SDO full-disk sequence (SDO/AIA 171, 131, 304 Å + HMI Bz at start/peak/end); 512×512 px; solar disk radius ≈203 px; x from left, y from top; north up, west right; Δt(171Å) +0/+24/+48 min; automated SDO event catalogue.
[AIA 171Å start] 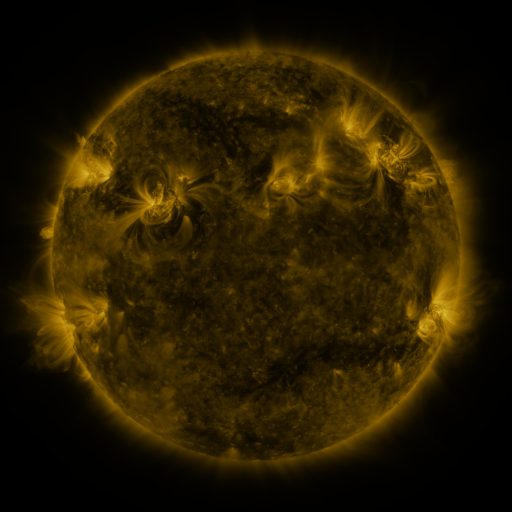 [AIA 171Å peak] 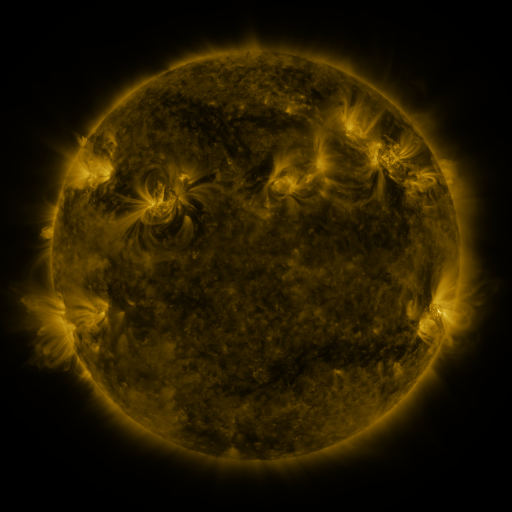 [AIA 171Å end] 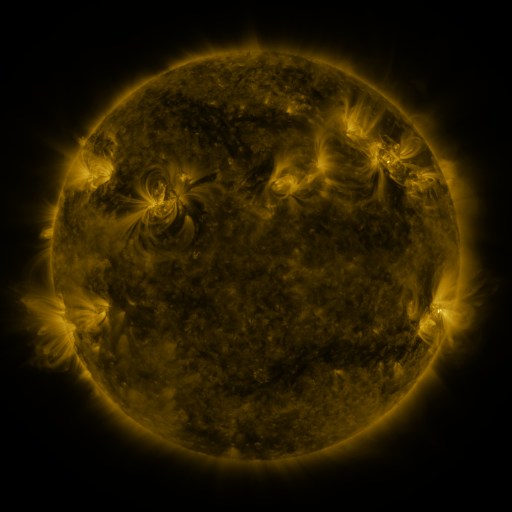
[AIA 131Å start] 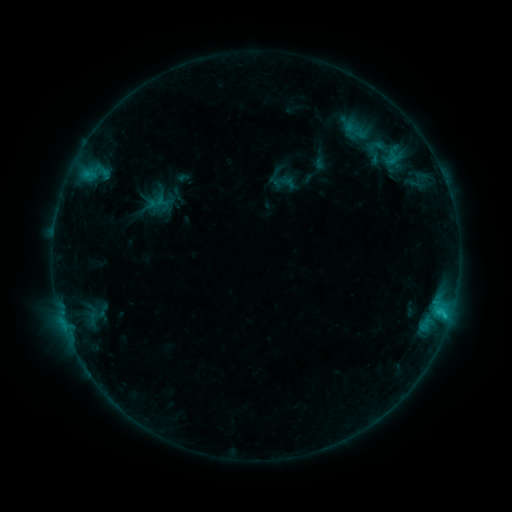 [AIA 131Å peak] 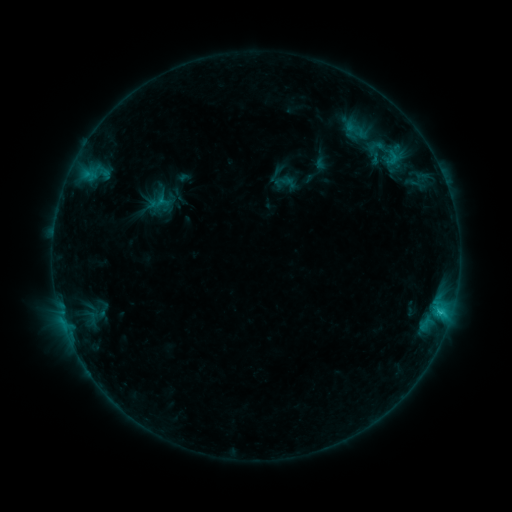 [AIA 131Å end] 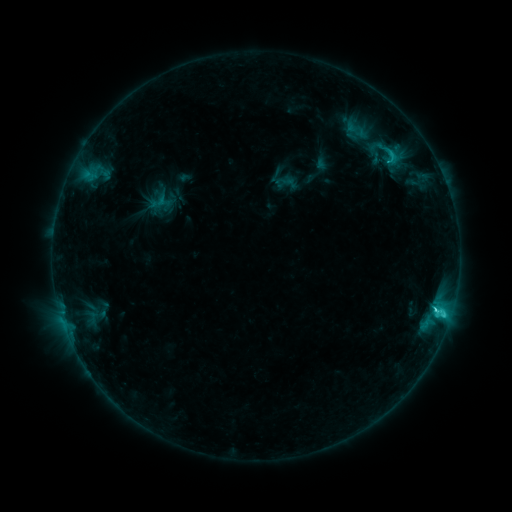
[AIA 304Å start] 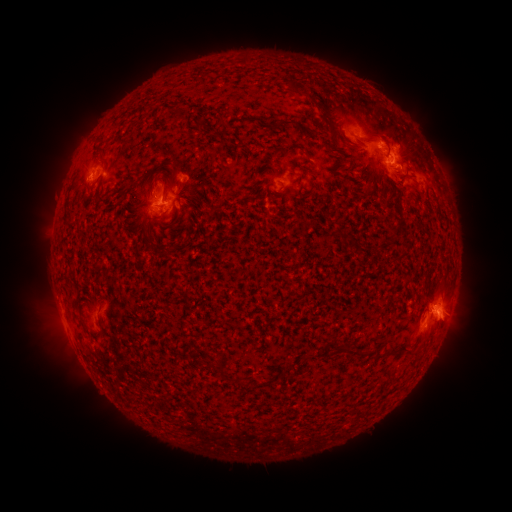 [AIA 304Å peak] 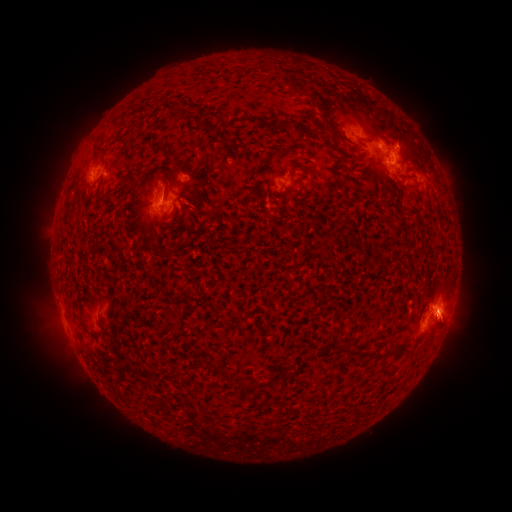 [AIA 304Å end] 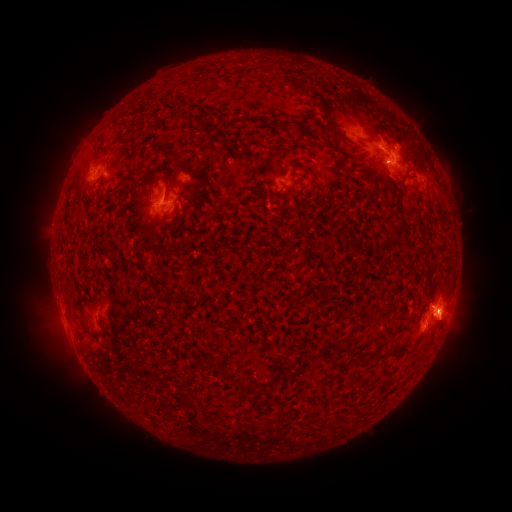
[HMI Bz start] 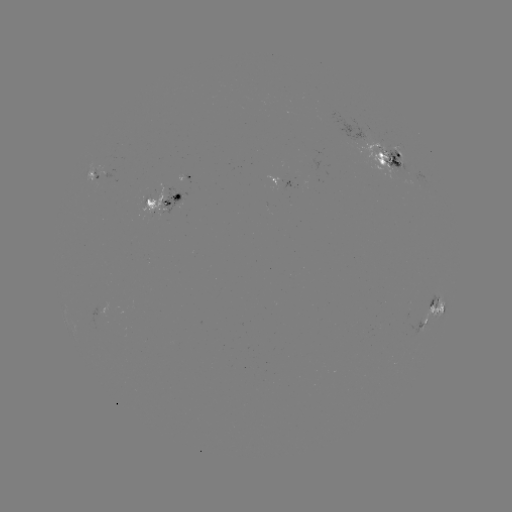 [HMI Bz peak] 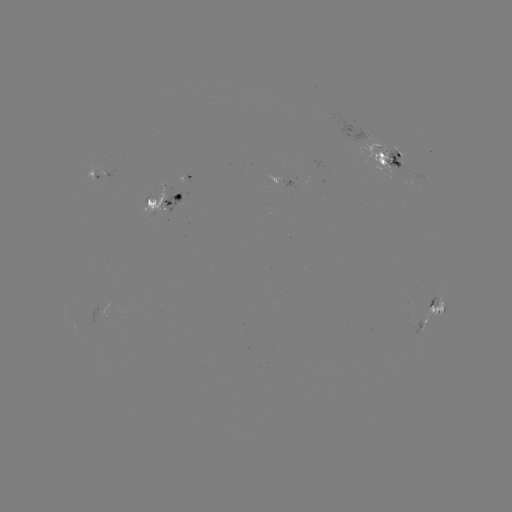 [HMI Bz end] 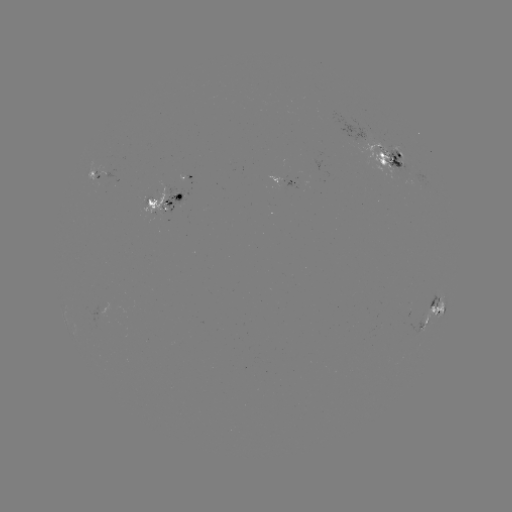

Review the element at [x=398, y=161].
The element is emerging-flux region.